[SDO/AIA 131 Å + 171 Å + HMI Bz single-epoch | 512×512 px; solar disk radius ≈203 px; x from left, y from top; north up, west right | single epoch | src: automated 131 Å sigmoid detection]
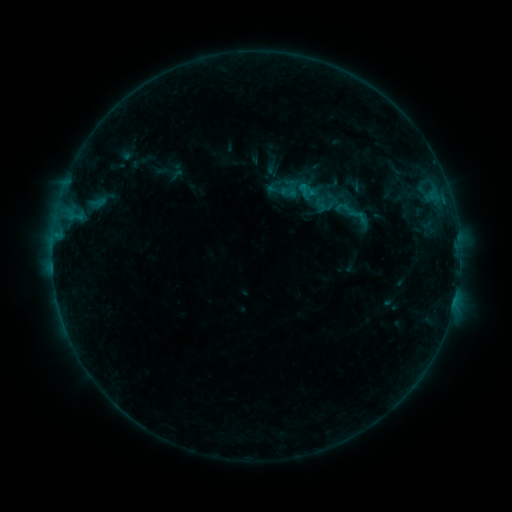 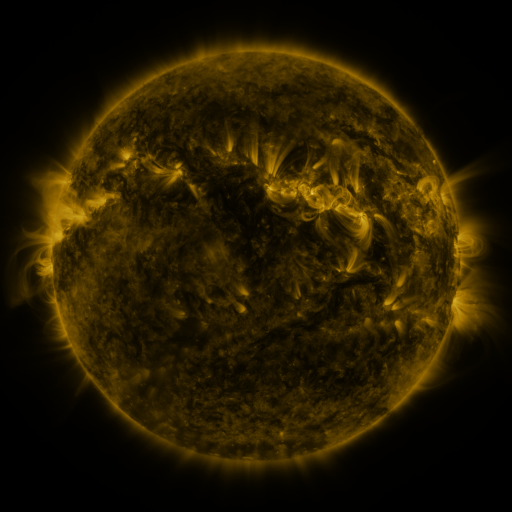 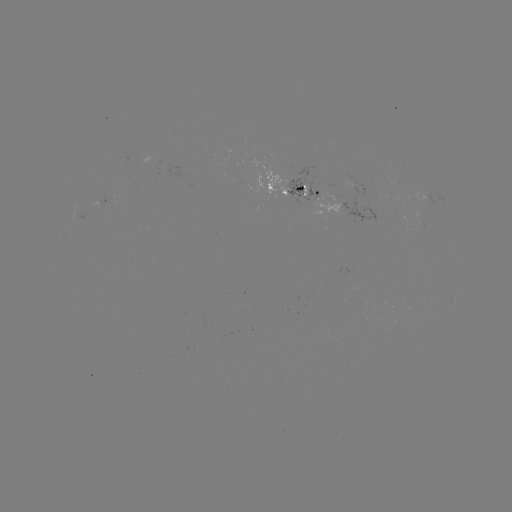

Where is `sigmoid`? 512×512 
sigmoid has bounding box [334, 199, 351, 216].